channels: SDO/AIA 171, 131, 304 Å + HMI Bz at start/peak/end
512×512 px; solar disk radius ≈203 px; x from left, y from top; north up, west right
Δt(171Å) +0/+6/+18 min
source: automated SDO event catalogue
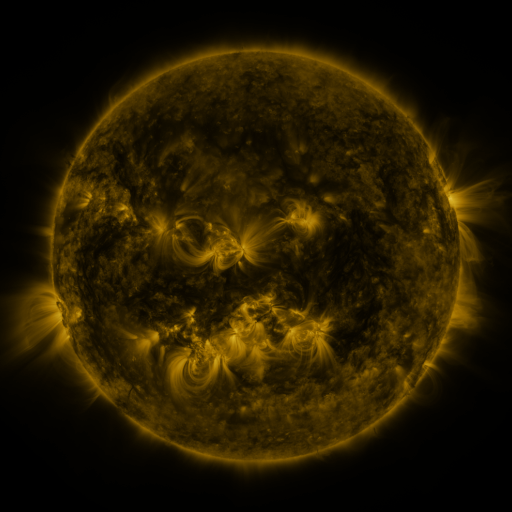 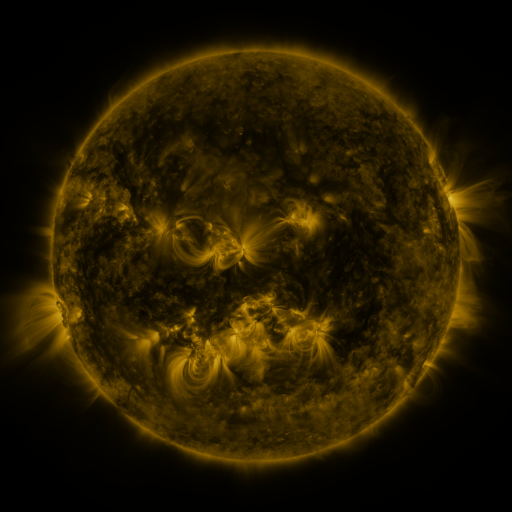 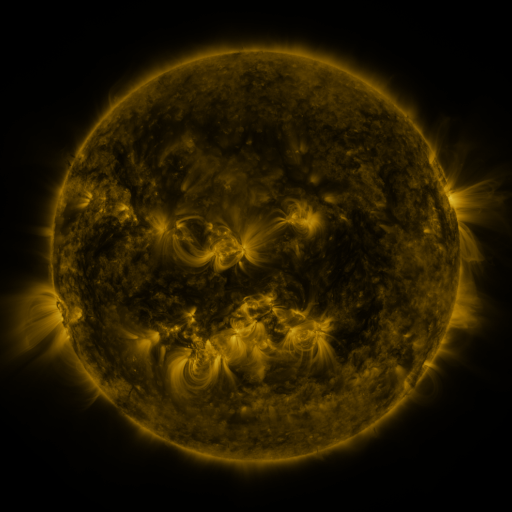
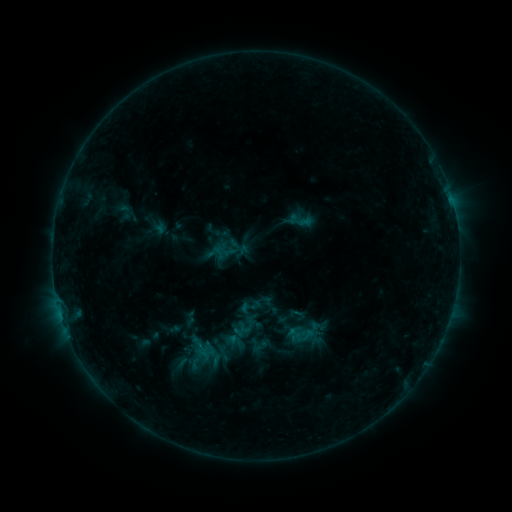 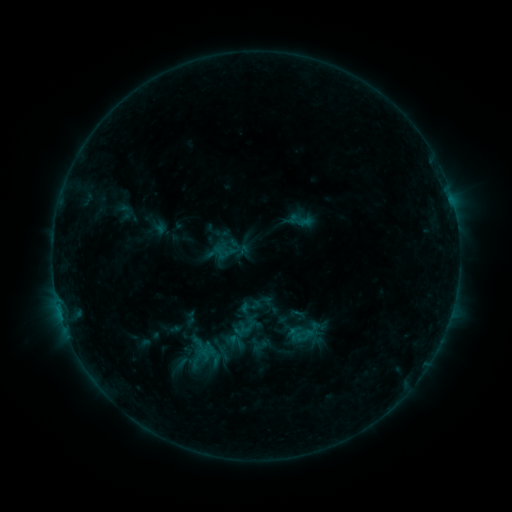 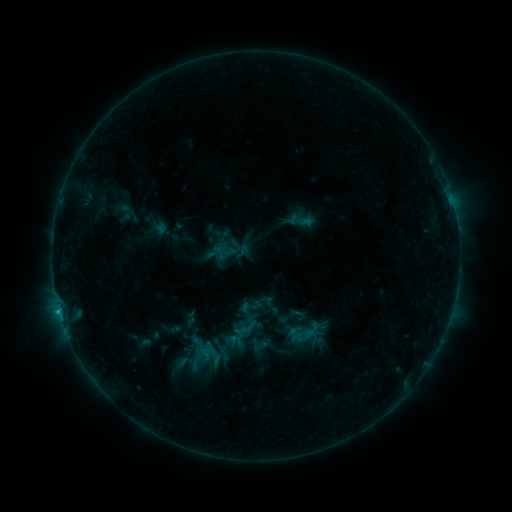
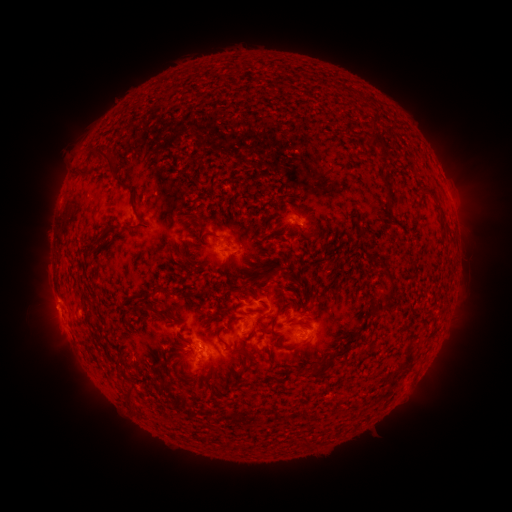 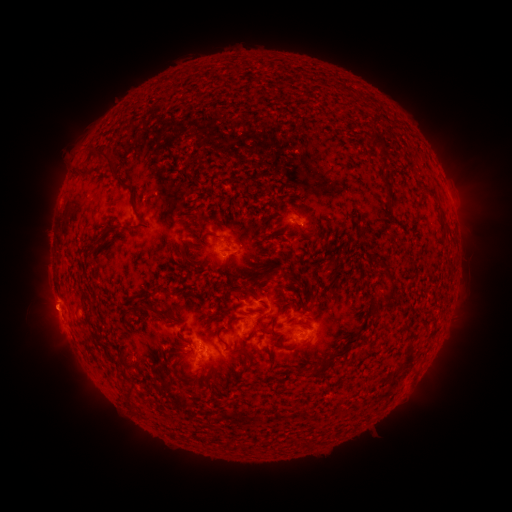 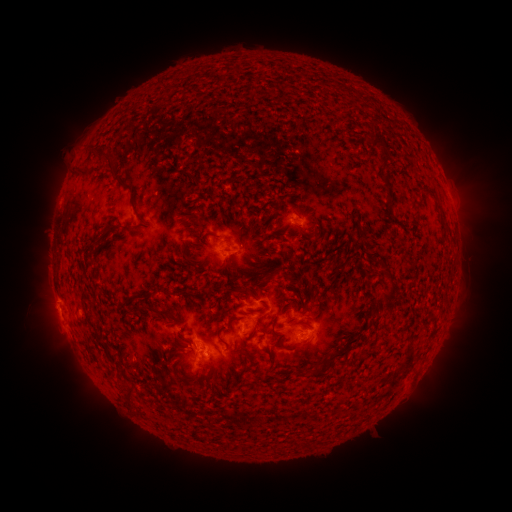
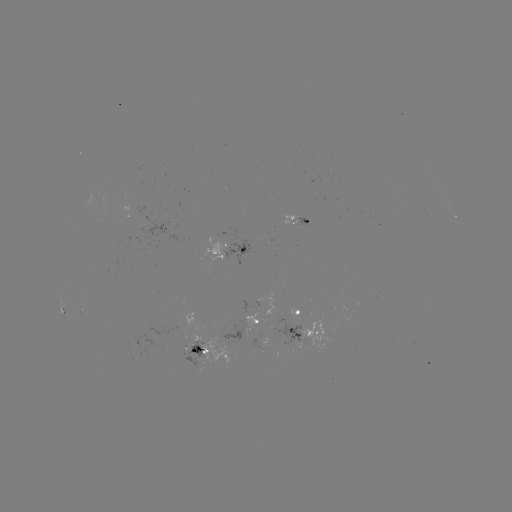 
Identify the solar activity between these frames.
eruption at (47, 308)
